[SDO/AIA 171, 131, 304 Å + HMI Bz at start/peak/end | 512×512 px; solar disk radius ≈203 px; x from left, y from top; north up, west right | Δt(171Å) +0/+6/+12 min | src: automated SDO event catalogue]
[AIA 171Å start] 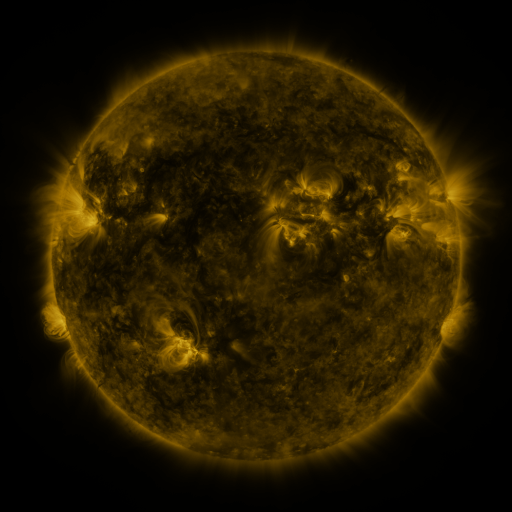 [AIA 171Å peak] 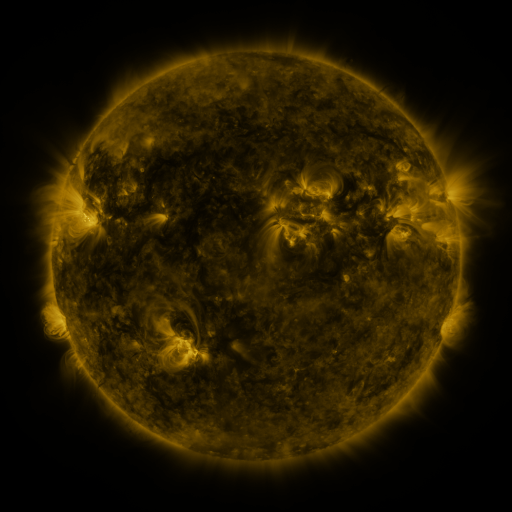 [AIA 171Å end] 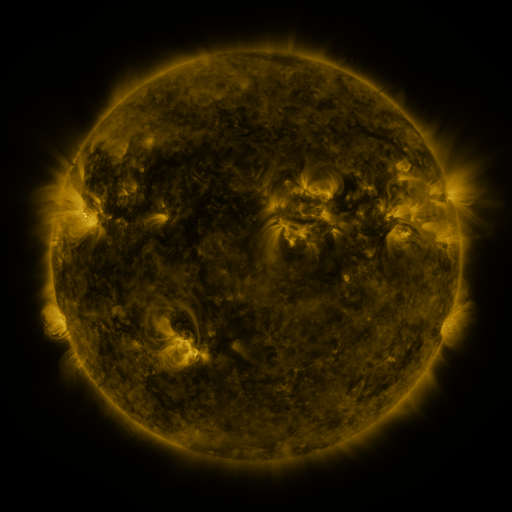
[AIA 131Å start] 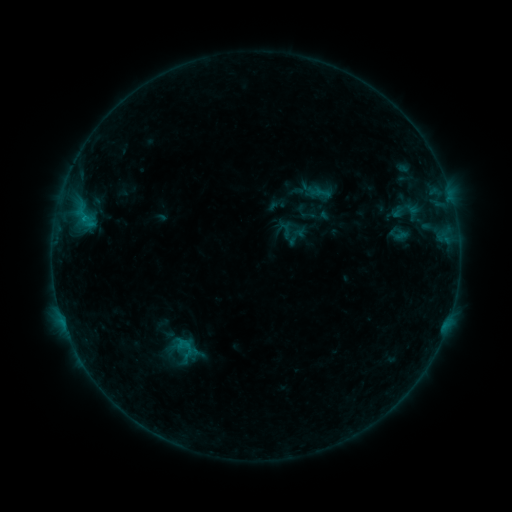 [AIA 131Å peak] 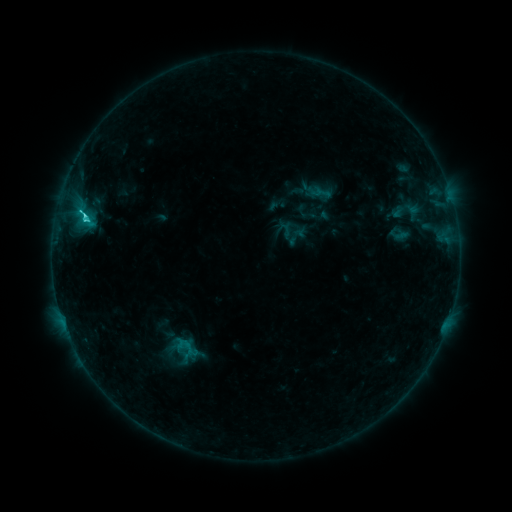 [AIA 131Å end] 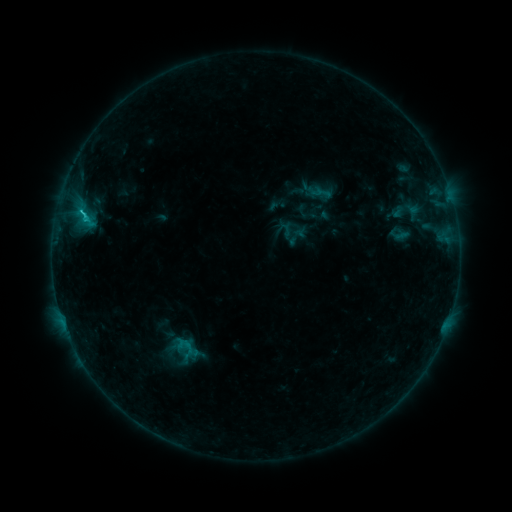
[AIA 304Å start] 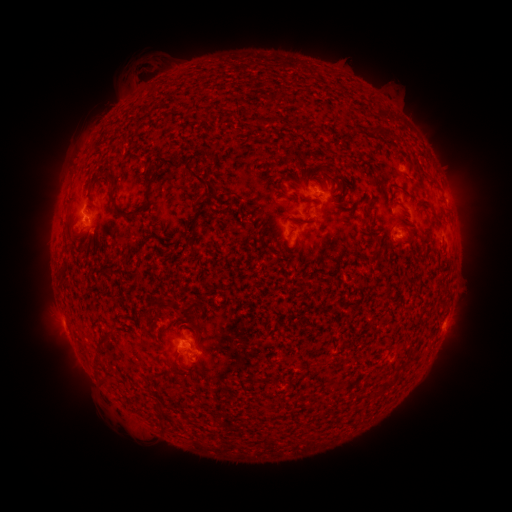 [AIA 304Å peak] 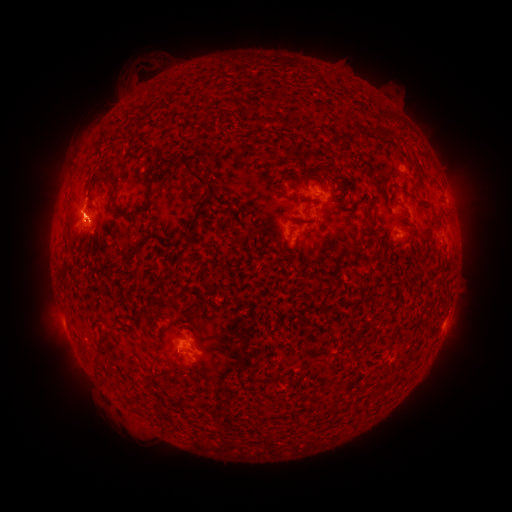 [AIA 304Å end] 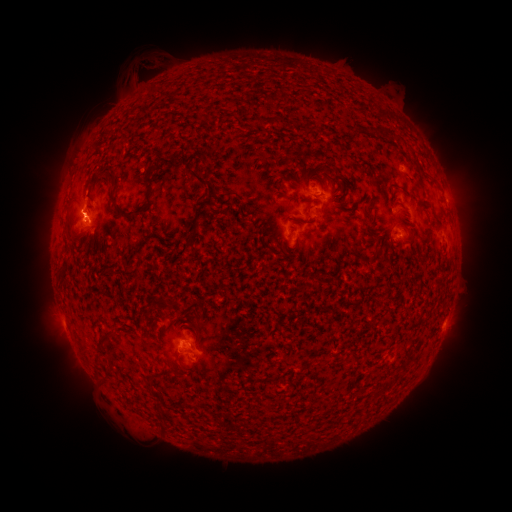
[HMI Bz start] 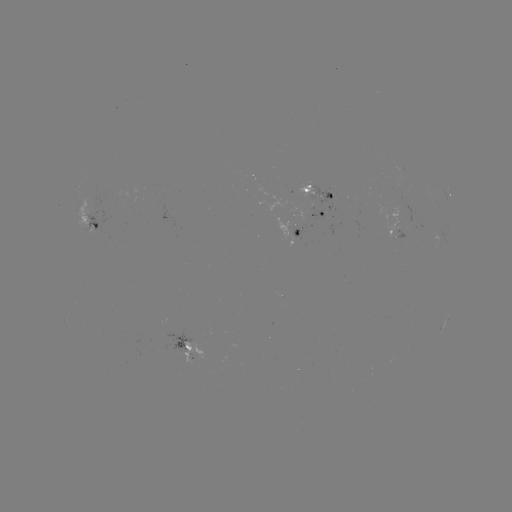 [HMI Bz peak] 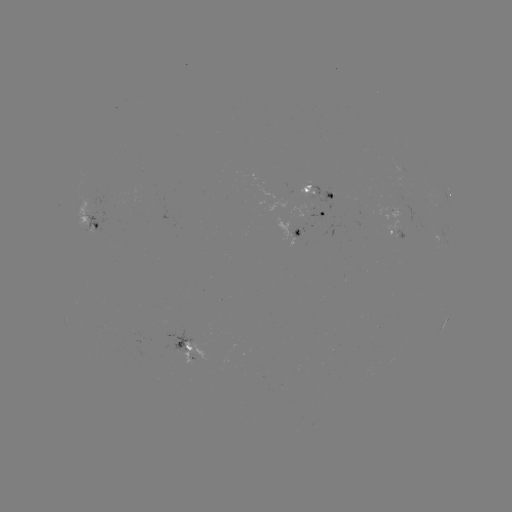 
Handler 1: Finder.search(C2.0 flare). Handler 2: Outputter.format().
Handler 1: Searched C2.0 flare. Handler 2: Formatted [86, 219].